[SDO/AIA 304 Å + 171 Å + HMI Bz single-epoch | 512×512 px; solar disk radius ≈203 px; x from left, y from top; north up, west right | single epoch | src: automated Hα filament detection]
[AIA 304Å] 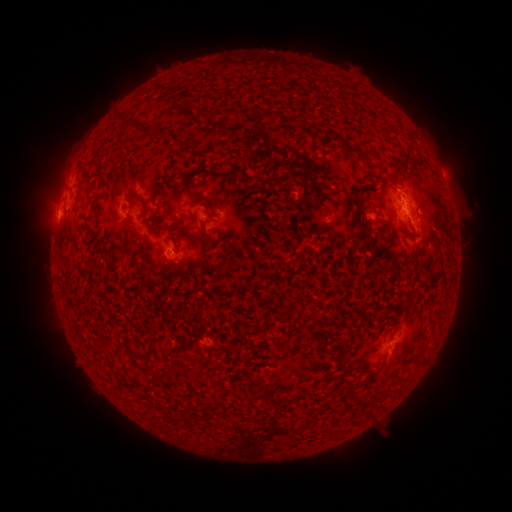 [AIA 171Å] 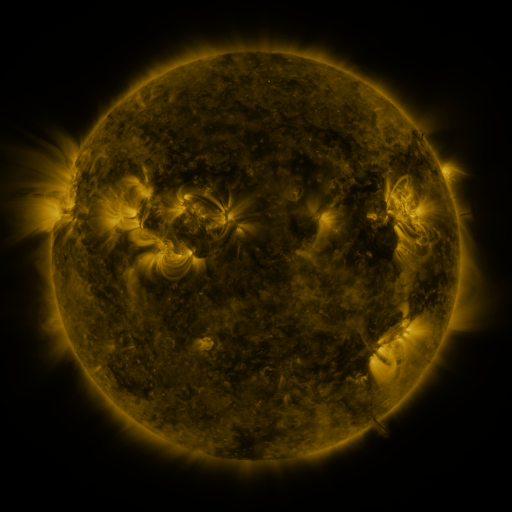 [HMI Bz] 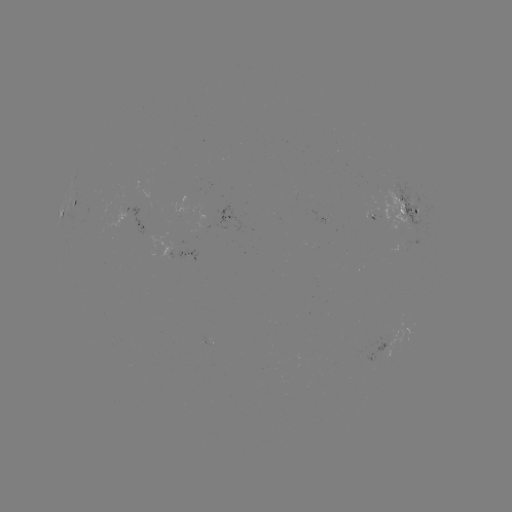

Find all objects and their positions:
filament: (124, 120)
filament: (305, 125)
filament: (360, 156)
filament: (411, 161)
filament: (395, 163)
filament: (391, 178)
filament: (187, 191)
filament: (92, 196)
filament: (129, 201)
filament: (144, 205)
filament: (357, 217)
filament: (181, 231)
filament: (128, 239)
filament: (208, 246)
filament: (171, 272)
filament: (294, 305)
filament: (315, 320)
filament: (148, 358)
filament: (253, 378)
